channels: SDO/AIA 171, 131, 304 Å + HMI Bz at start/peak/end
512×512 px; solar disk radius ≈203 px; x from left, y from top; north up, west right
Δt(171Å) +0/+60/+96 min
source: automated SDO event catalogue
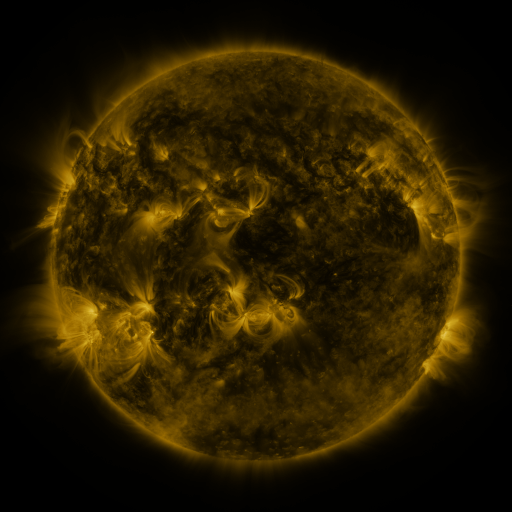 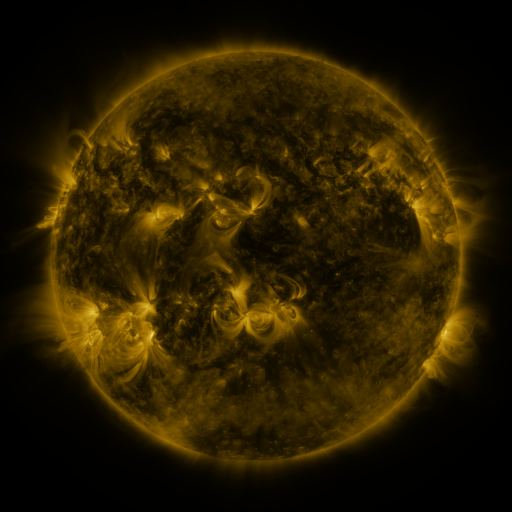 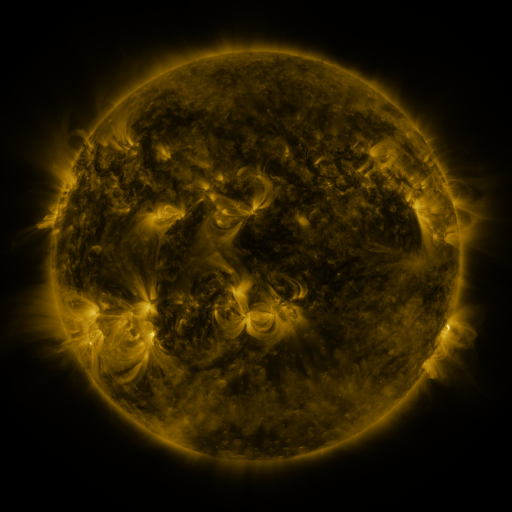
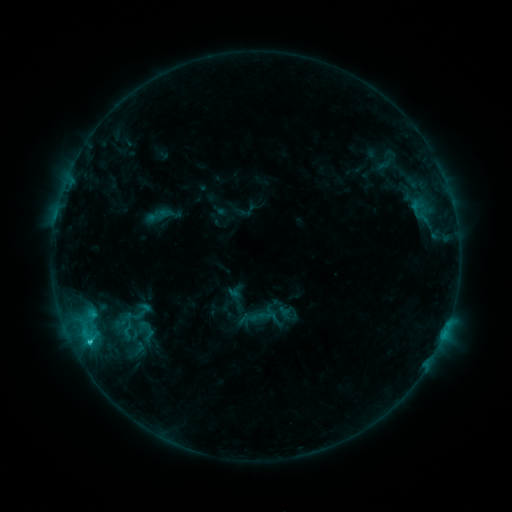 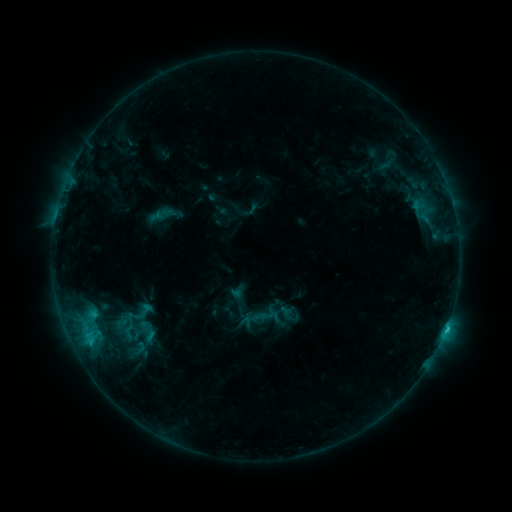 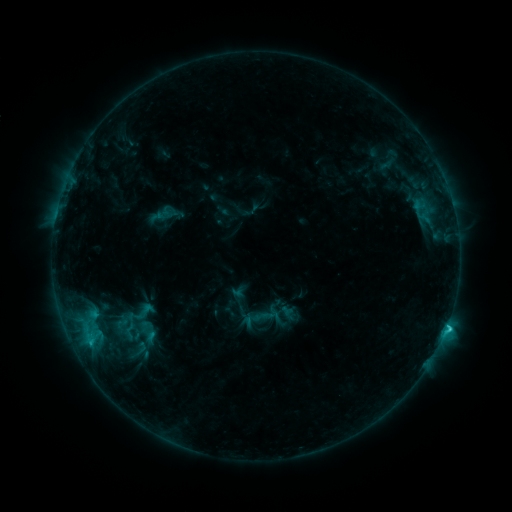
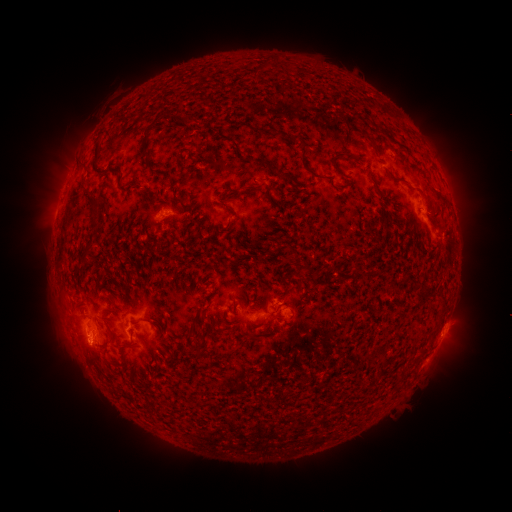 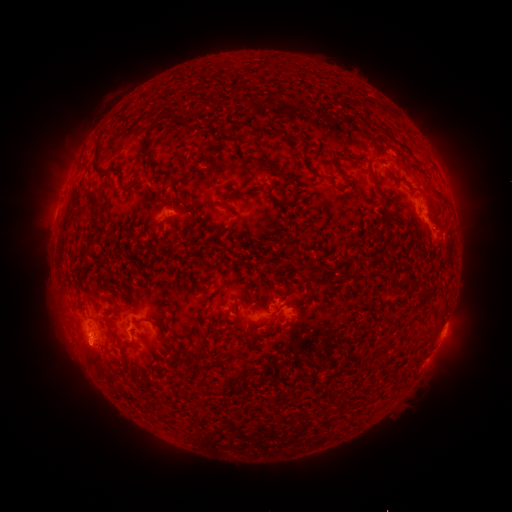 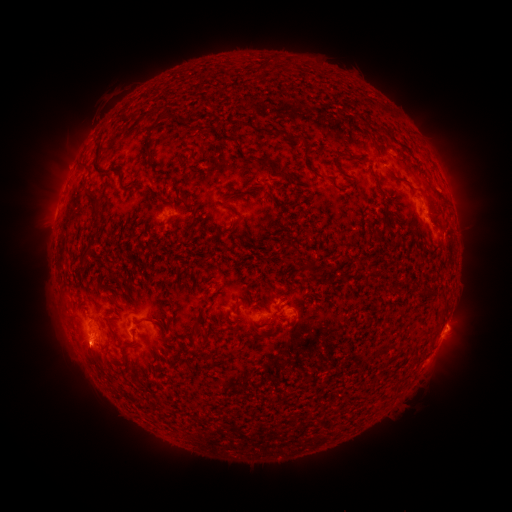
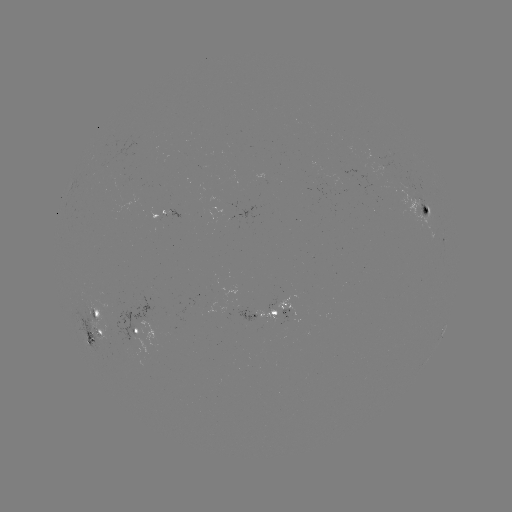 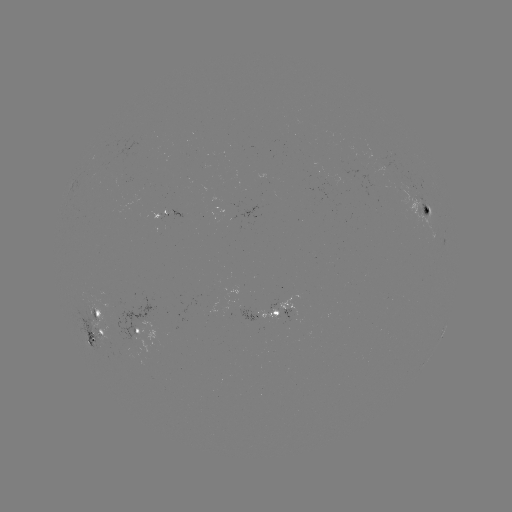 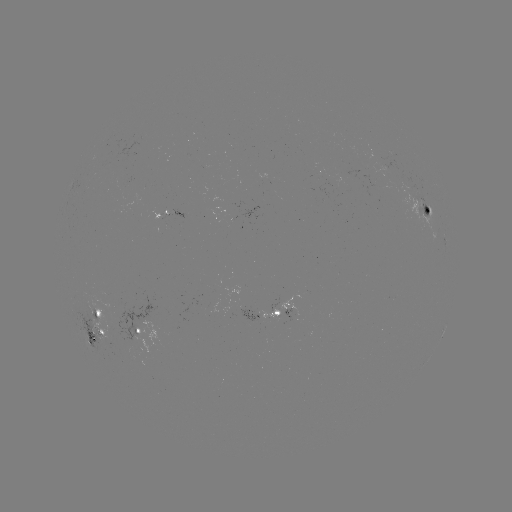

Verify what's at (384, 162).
emerging-flux region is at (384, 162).